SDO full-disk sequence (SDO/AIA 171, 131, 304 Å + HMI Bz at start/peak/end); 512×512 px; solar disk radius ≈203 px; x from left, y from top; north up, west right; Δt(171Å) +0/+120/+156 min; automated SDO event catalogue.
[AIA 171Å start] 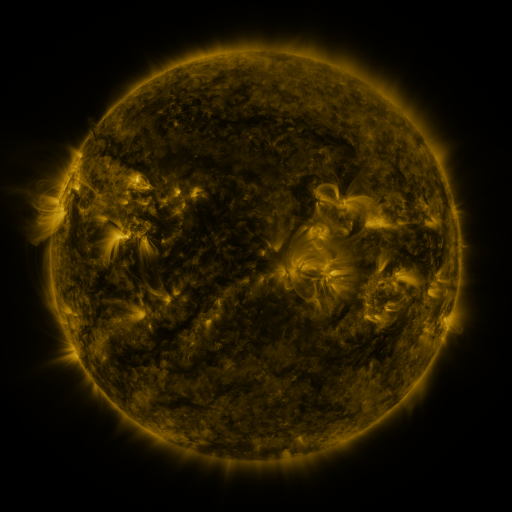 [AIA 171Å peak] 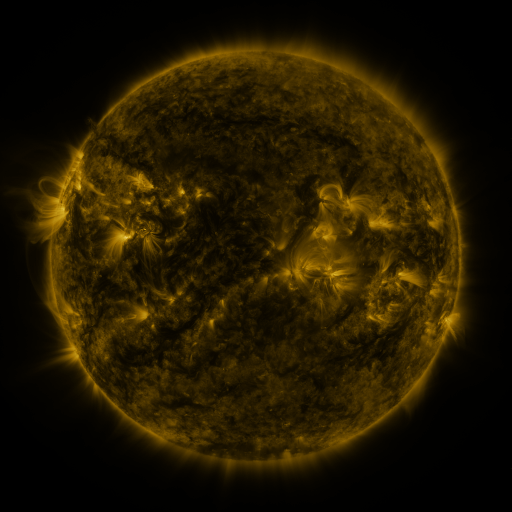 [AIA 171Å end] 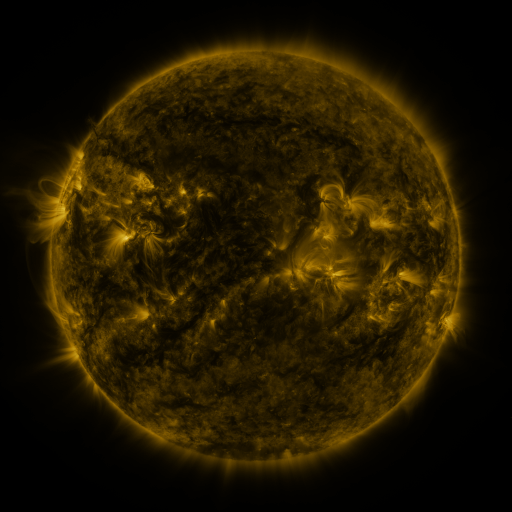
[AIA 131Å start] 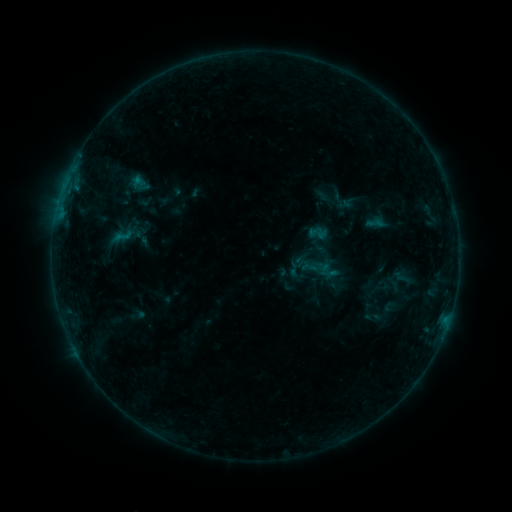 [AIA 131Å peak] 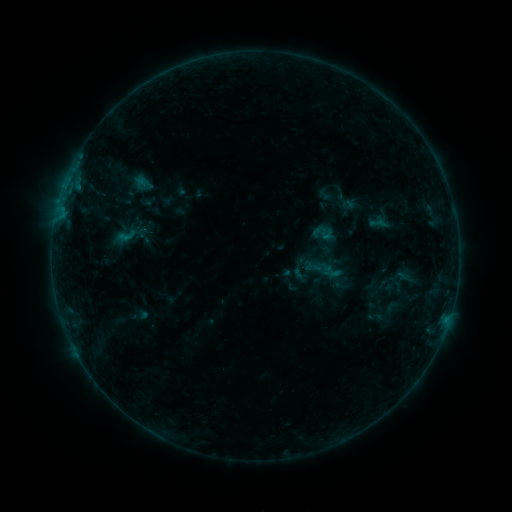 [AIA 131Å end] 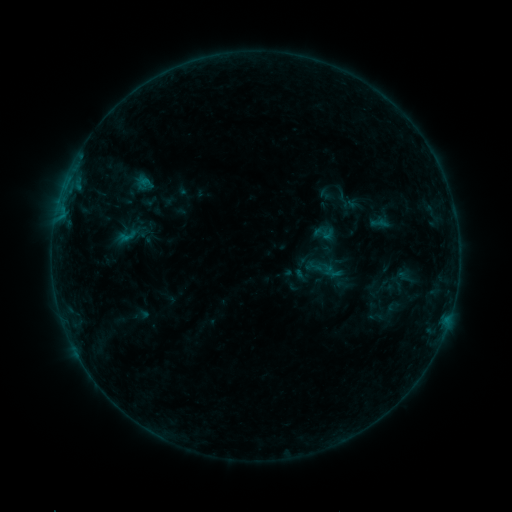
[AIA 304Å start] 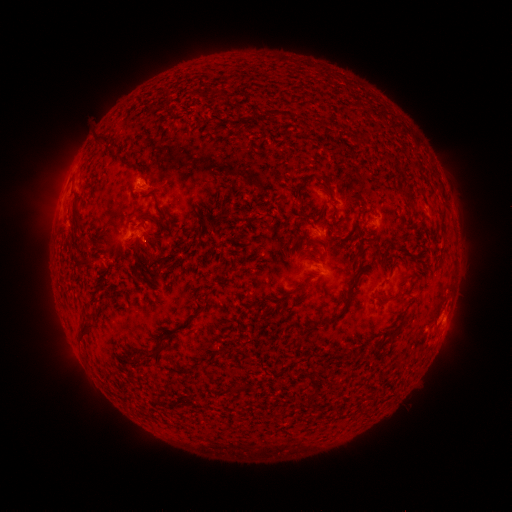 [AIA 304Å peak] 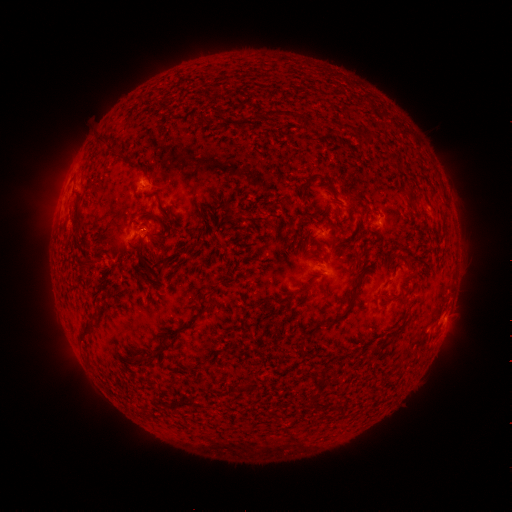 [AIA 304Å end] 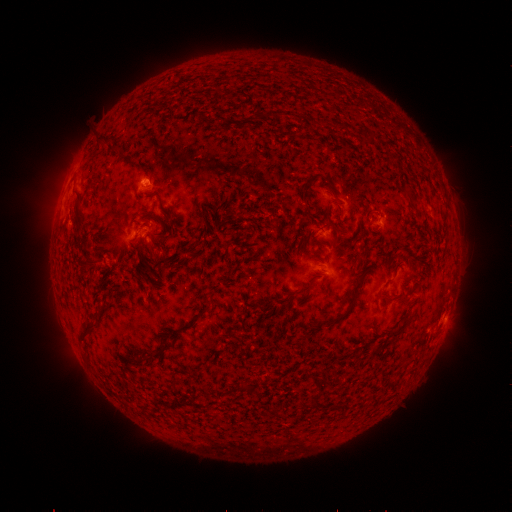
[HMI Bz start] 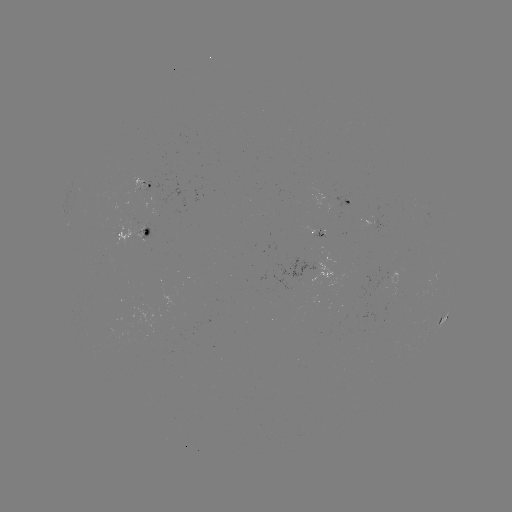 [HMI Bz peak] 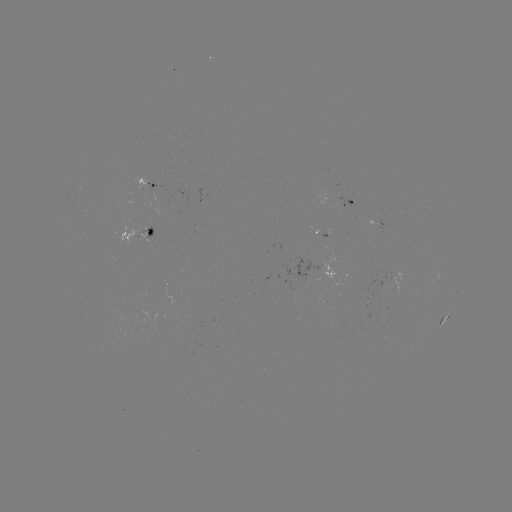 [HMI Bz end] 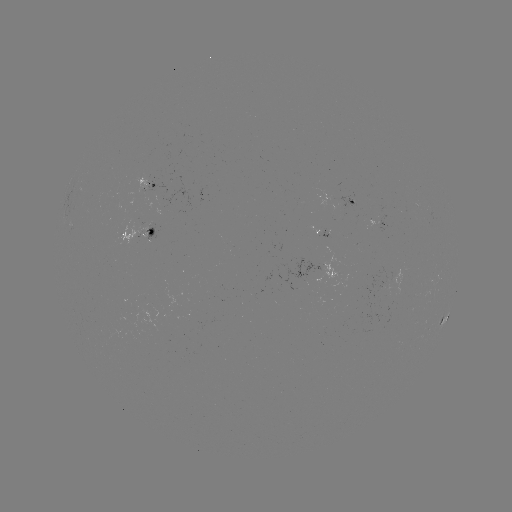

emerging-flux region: (370, 282, 382, 300)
